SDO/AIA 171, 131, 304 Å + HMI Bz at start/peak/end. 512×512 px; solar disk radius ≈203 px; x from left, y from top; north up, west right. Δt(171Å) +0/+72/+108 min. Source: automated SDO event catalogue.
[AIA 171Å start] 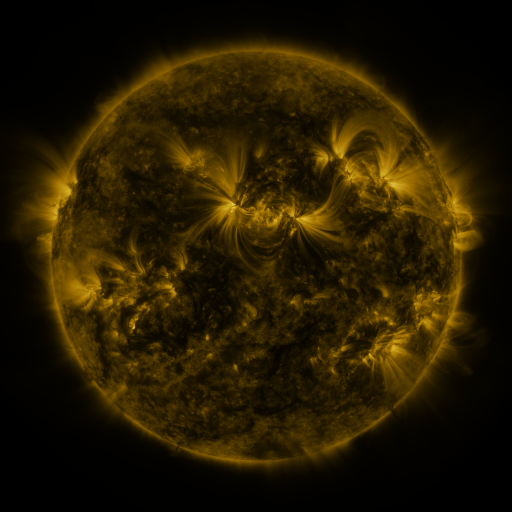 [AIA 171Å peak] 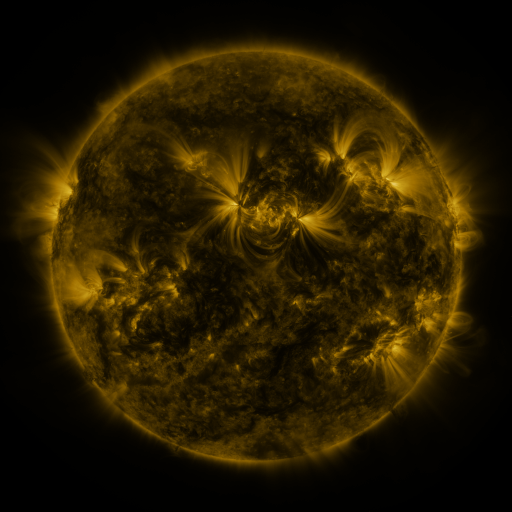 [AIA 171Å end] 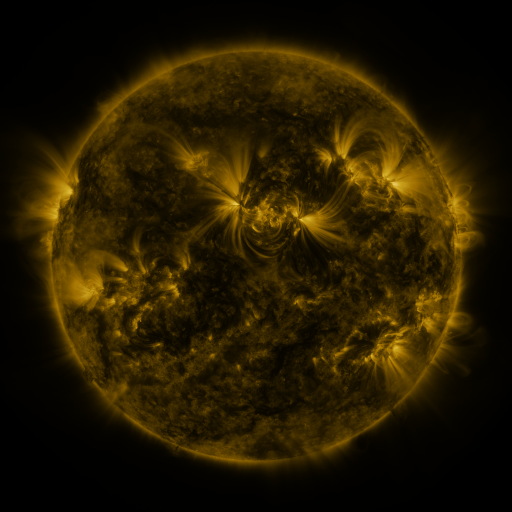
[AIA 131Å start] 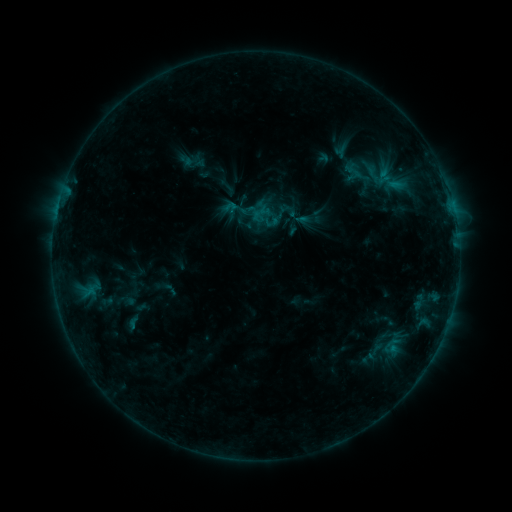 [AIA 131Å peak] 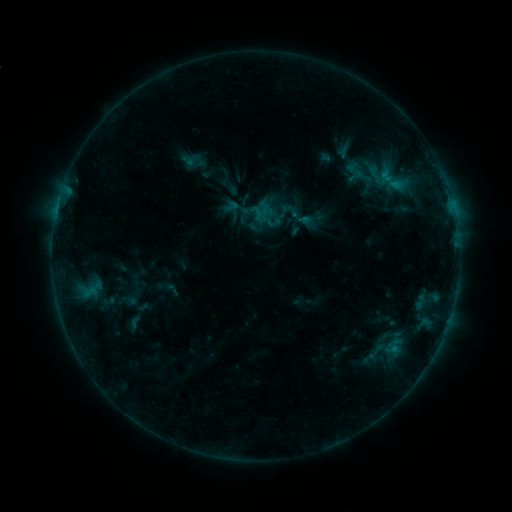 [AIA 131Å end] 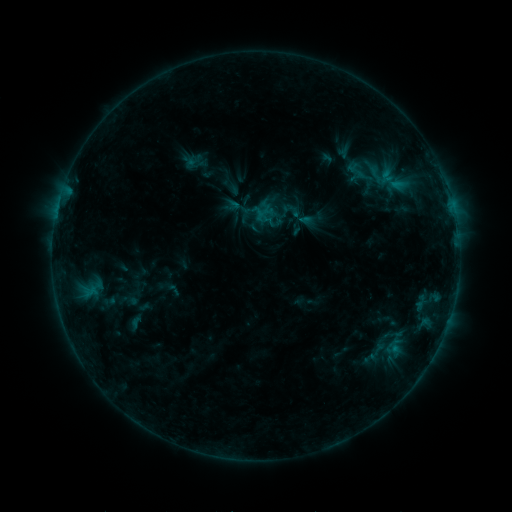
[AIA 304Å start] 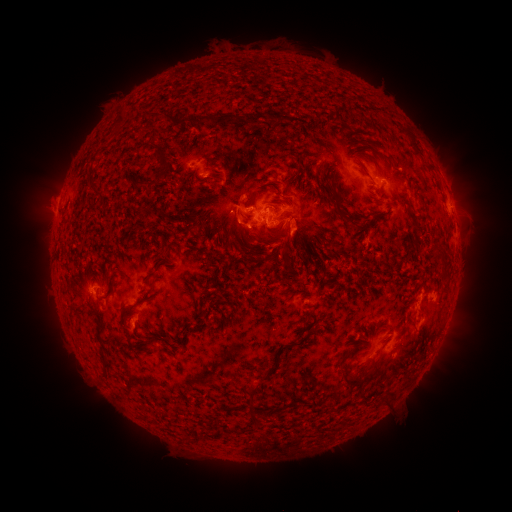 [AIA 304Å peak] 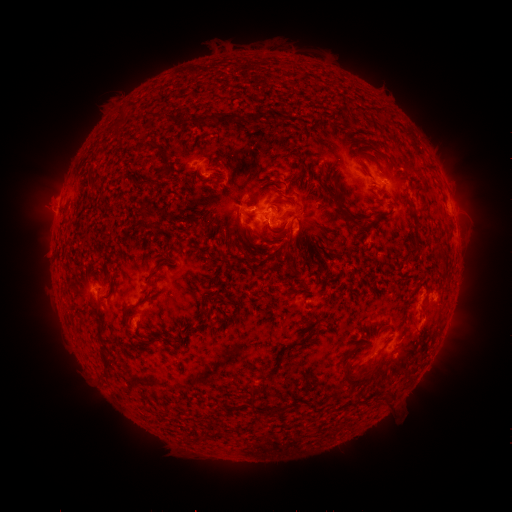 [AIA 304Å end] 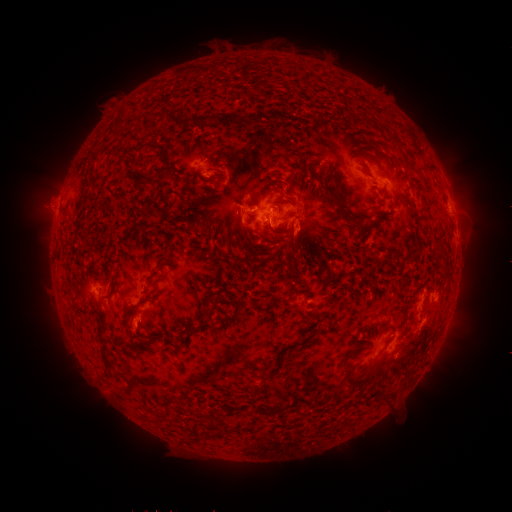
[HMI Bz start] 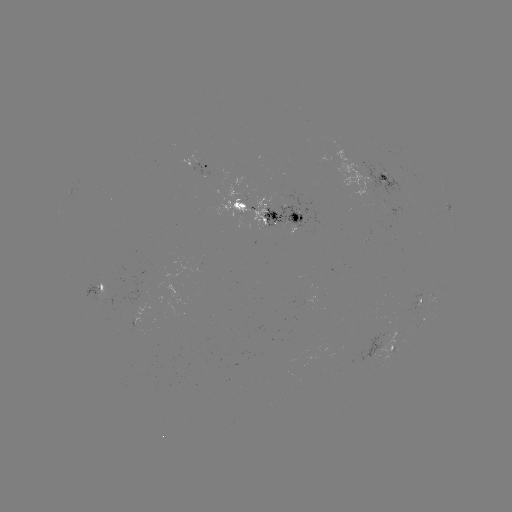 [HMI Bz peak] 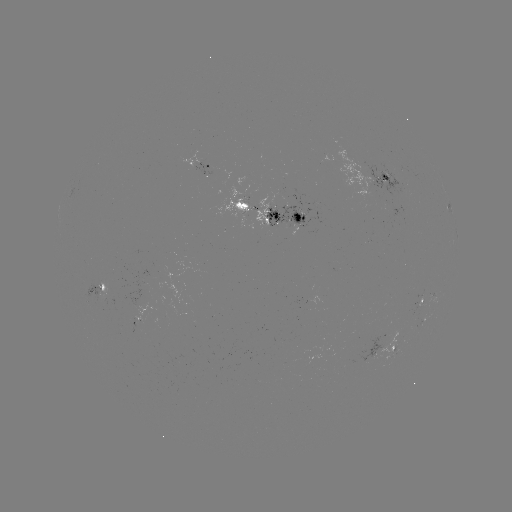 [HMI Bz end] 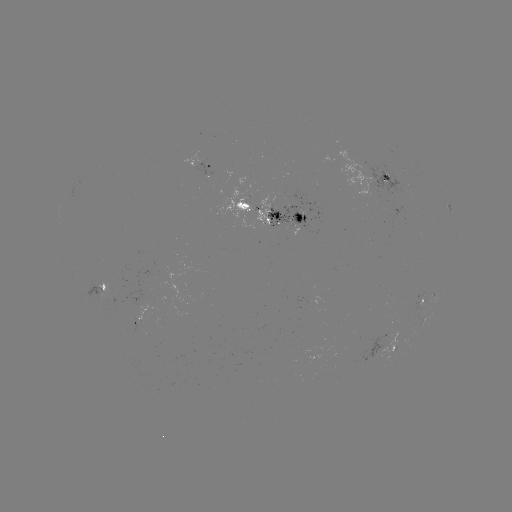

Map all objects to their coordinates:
emerging-flux region: (103, 295)
